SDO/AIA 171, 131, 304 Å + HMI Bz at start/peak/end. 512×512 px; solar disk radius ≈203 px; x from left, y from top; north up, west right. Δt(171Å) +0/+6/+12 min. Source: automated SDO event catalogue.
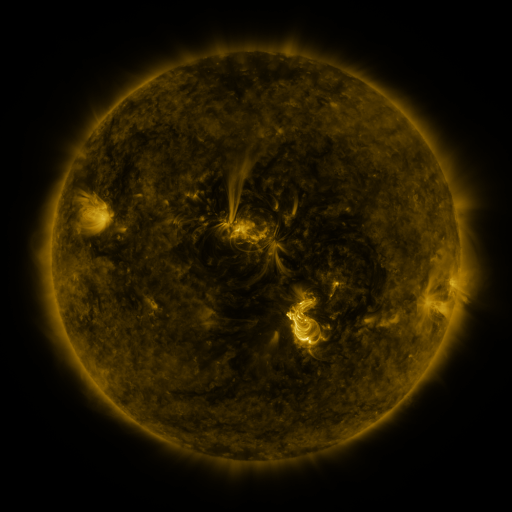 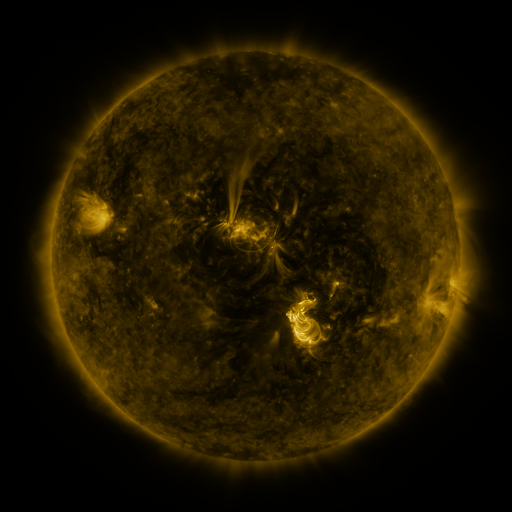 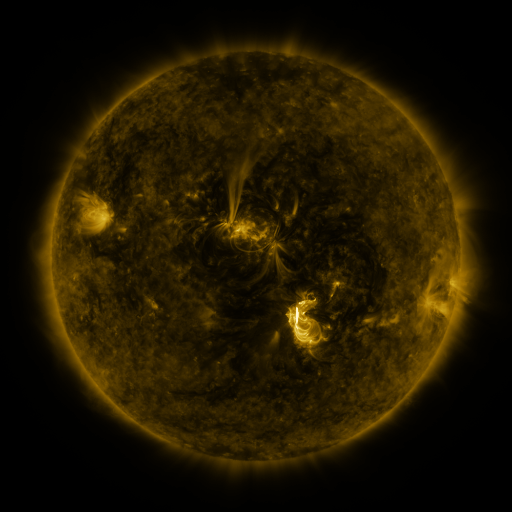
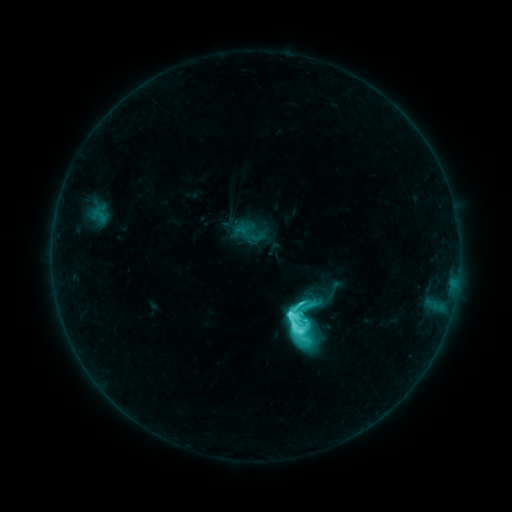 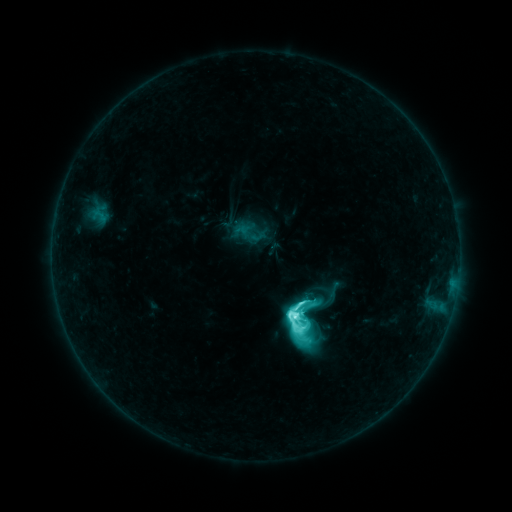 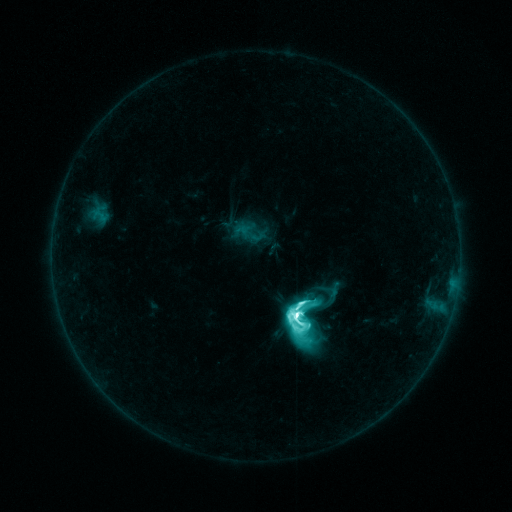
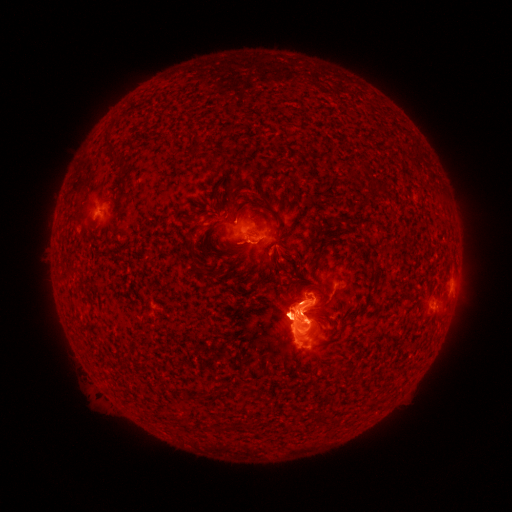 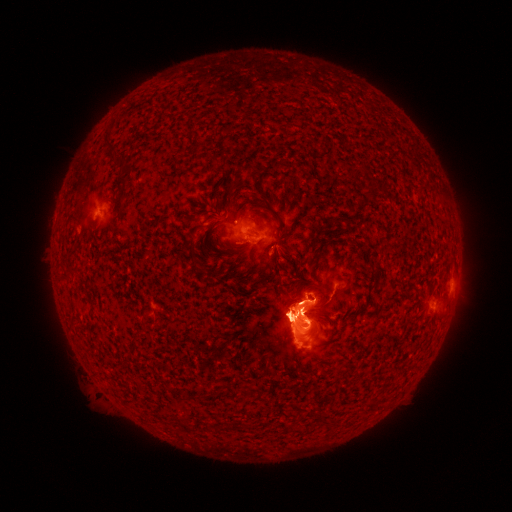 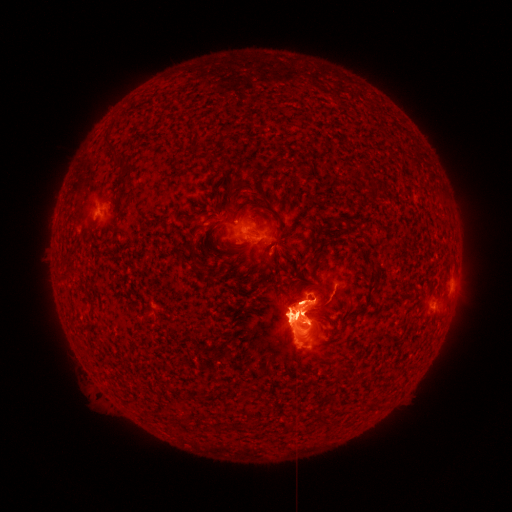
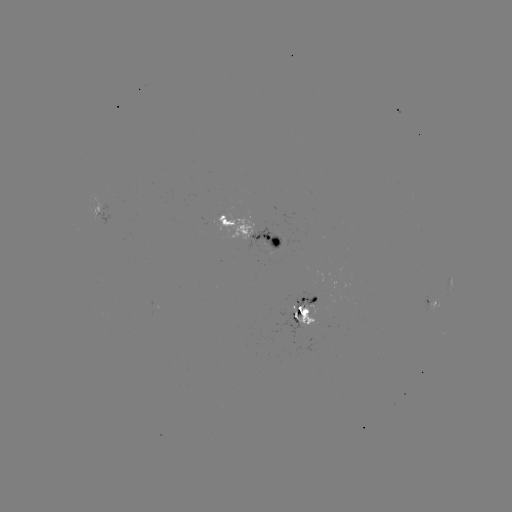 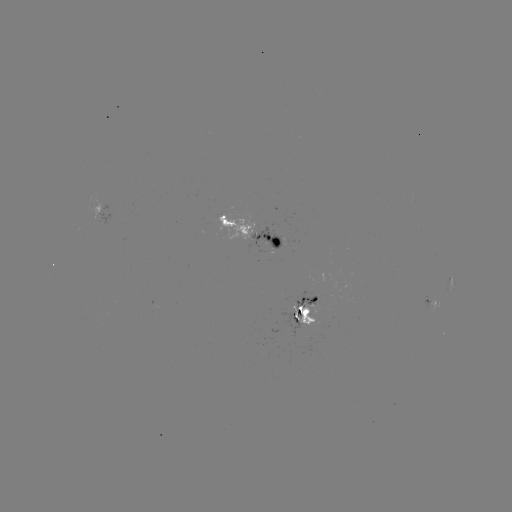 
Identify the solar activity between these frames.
M5.5 flare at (294, 316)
